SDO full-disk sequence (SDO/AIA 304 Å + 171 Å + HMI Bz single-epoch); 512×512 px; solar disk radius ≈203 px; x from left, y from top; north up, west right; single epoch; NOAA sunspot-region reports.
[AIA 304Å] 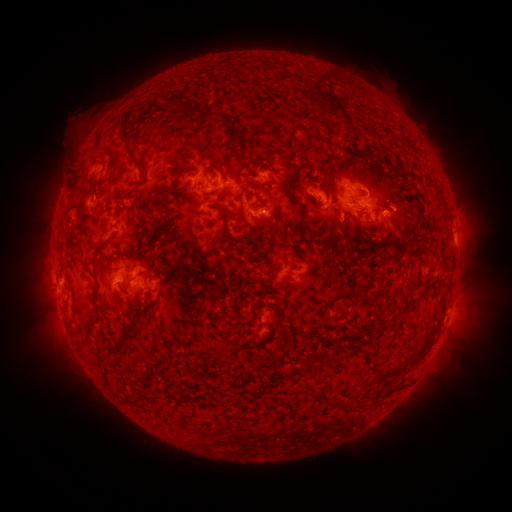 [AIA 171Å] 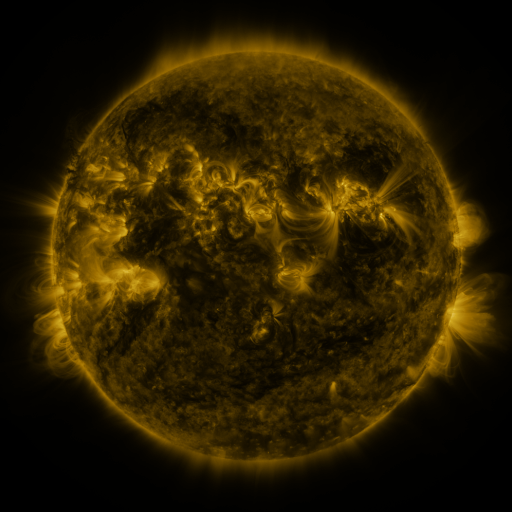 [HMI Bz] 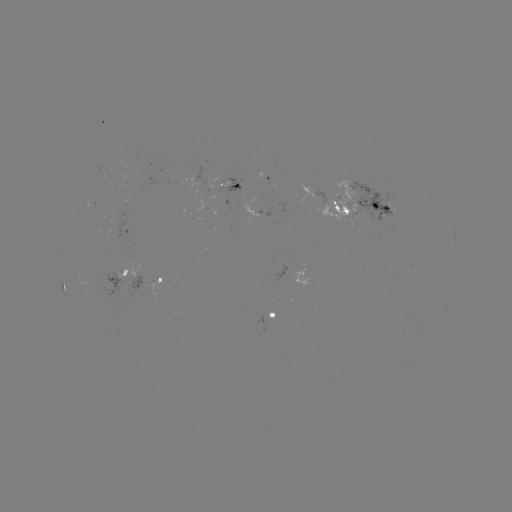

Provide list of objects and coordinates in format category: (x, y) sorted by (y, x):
spotted active region: (228, 183)
spotted active region: (310, 190)
spotted active region: (367, 202)
spotted active region: (128, 230)
spotted active region: (120, 269)
spotted active region: (301, 274)
spotted active region: (146, 283)
spotted active region: (272, 312)
